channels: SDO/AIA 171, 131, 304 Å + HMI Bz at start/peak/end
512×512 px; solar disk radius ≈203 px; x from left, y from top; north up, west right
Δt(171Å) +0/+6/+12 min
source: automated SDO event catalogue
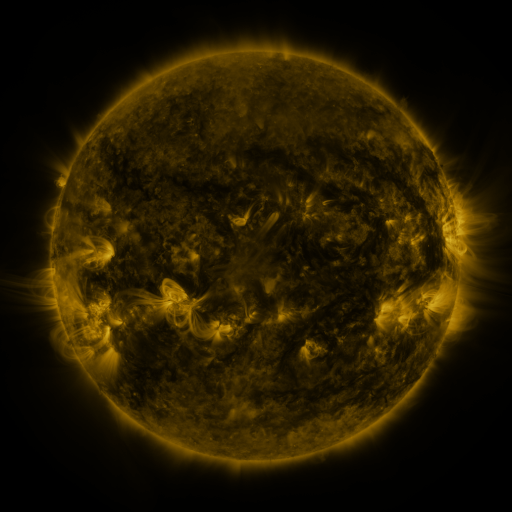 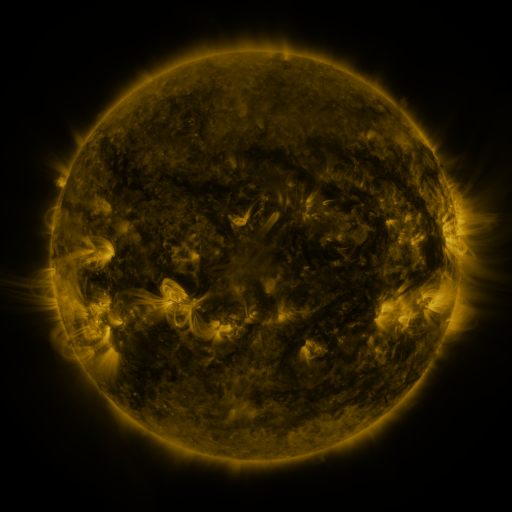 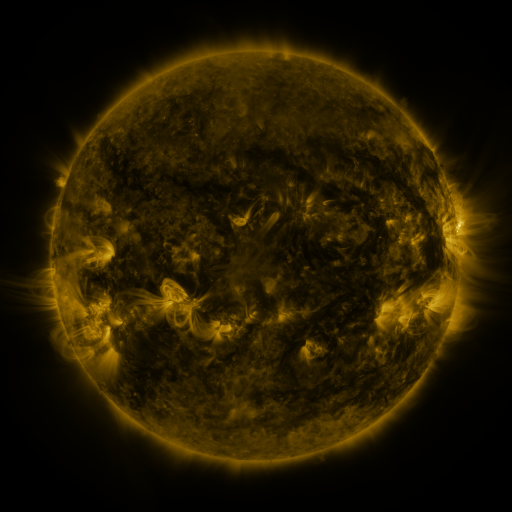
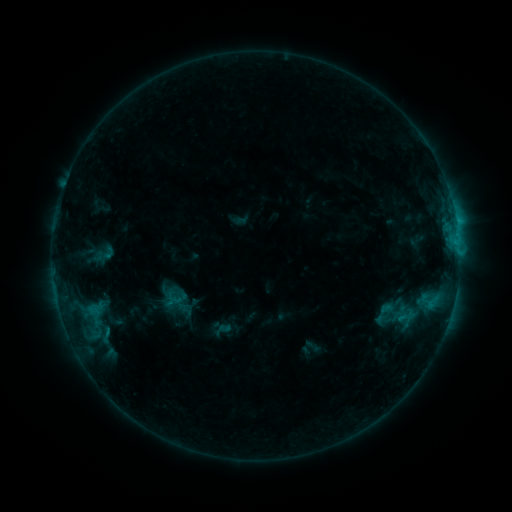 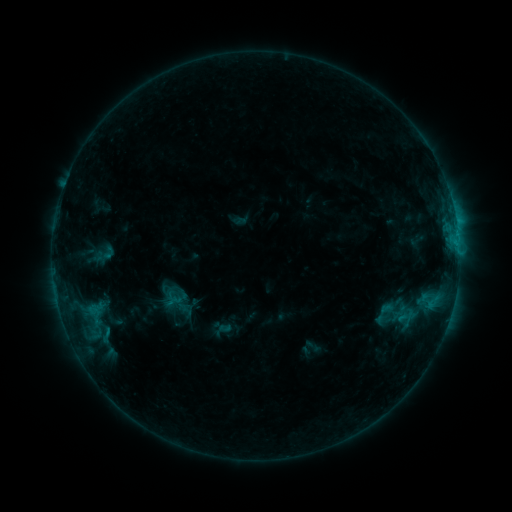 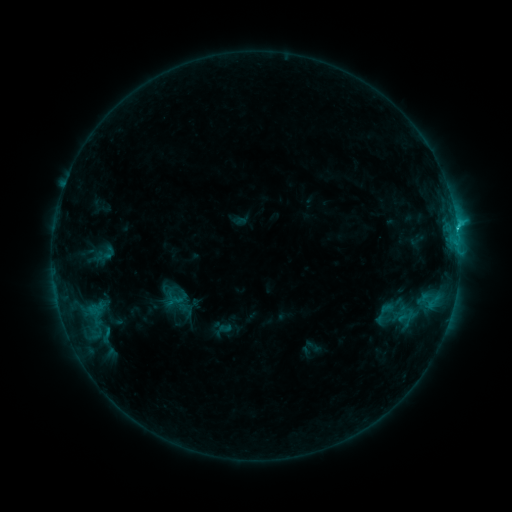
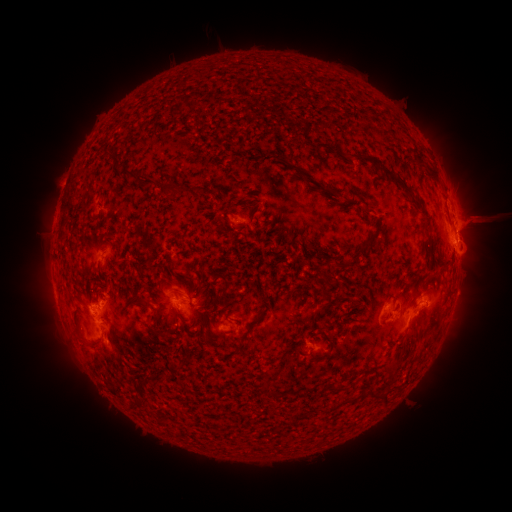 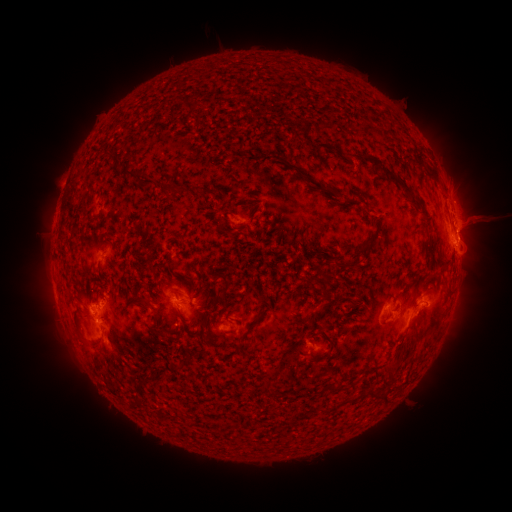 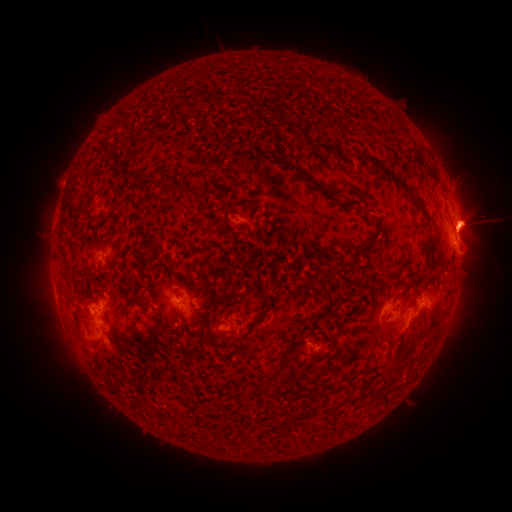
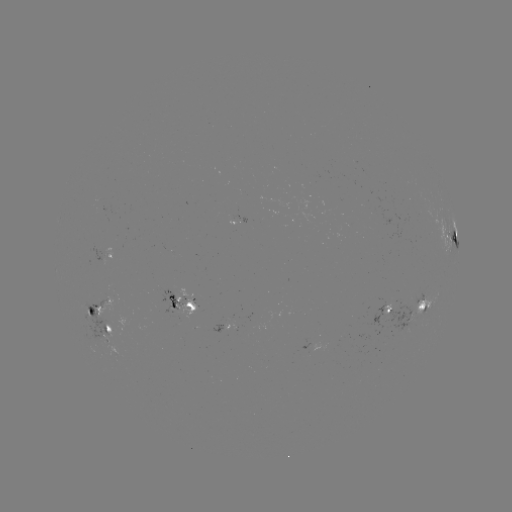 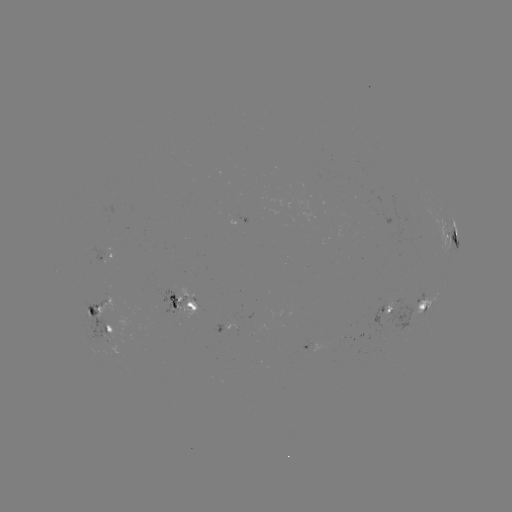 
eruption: <bbox>388, 189, 511, 279</bbox>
